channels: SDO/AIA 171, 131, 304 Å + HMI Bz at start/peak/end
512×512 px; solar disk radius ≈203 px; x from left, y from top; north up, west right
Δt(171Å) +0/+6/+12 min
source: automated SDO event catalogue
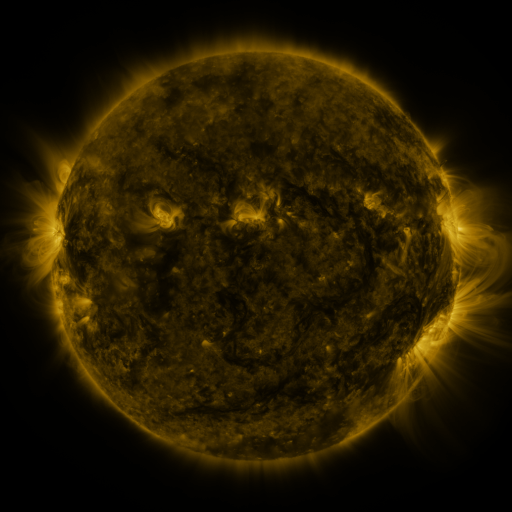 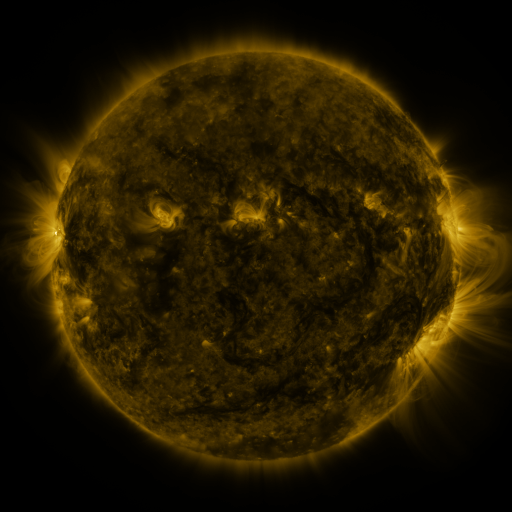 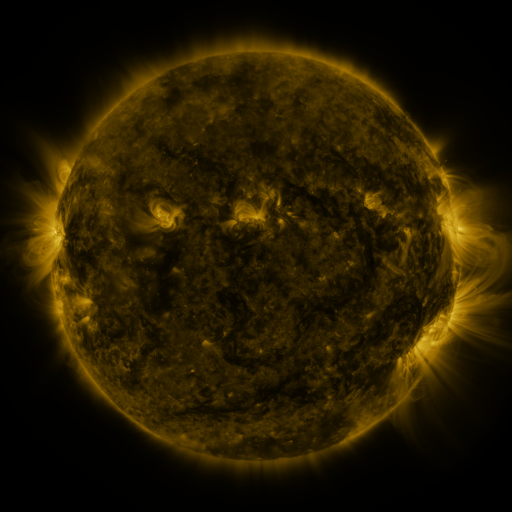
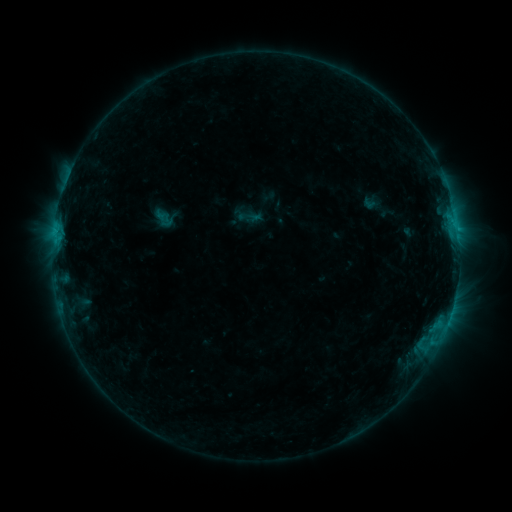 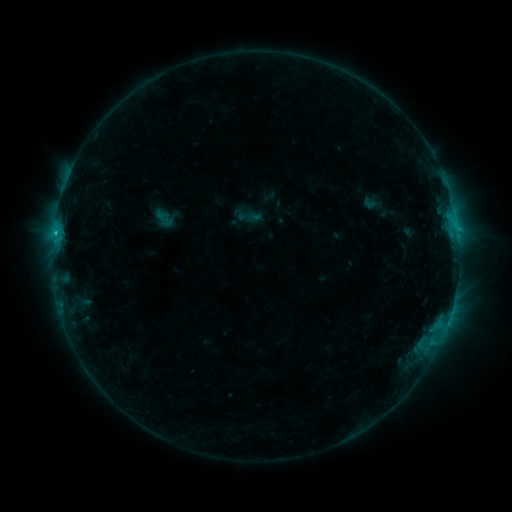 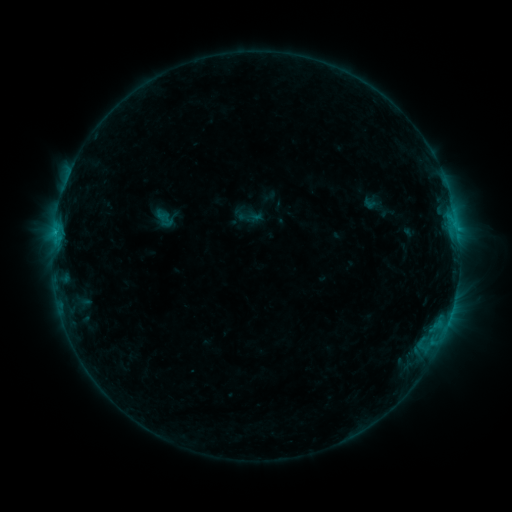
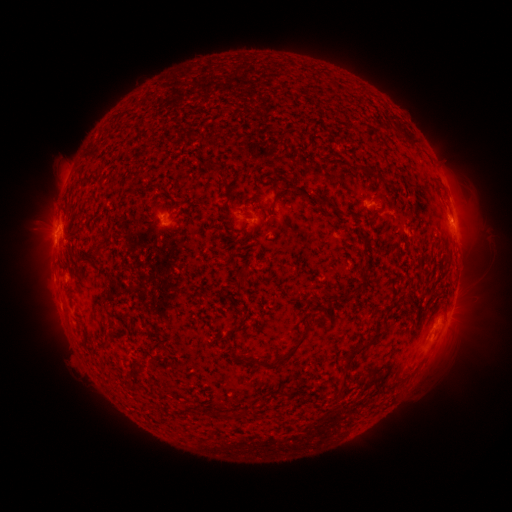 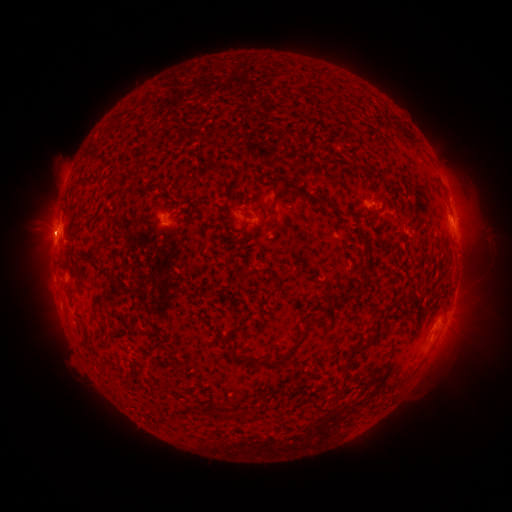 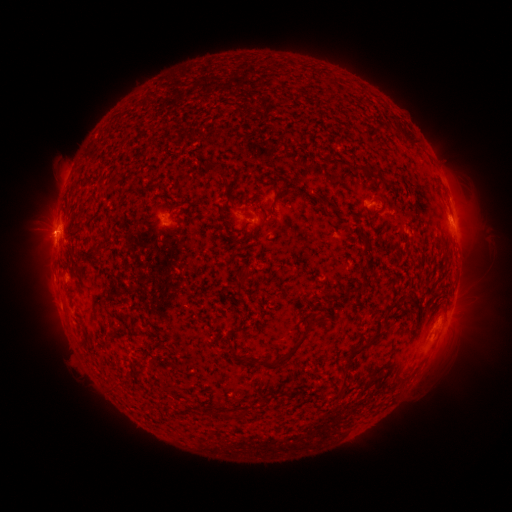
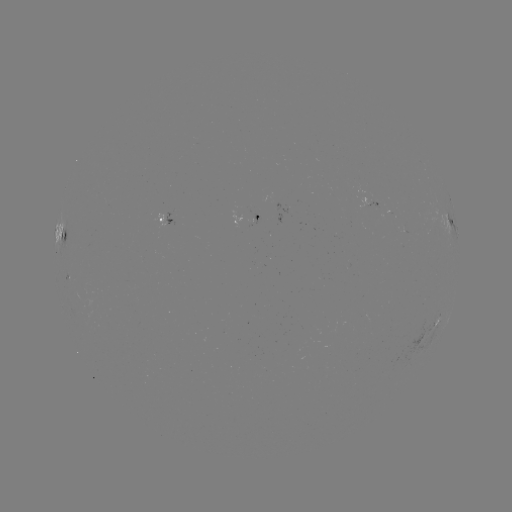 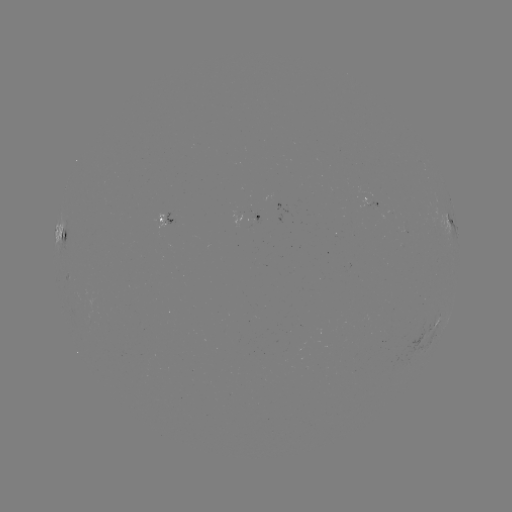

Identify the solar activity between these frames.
B9.5 flare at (56, 233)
